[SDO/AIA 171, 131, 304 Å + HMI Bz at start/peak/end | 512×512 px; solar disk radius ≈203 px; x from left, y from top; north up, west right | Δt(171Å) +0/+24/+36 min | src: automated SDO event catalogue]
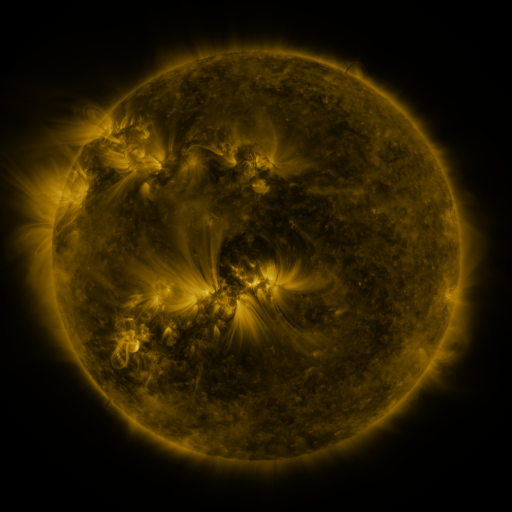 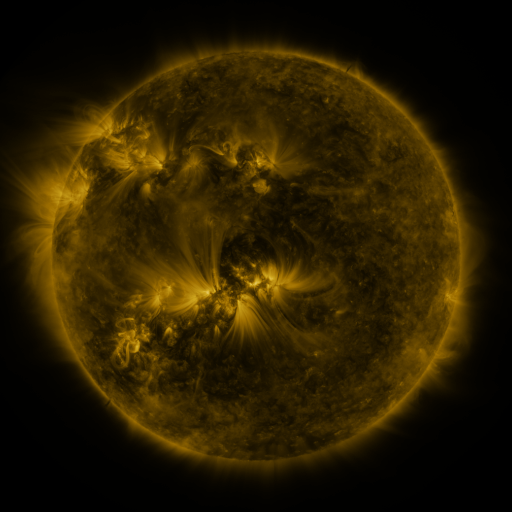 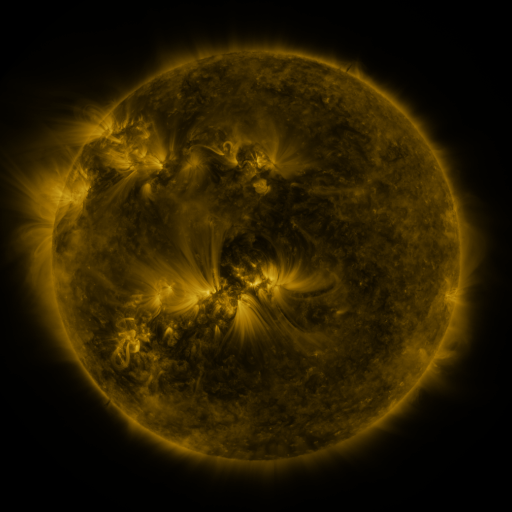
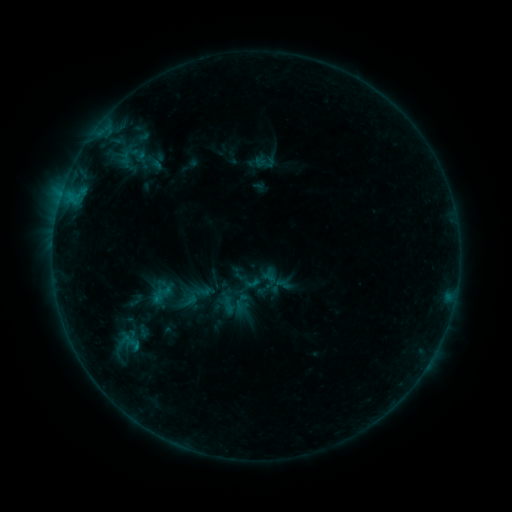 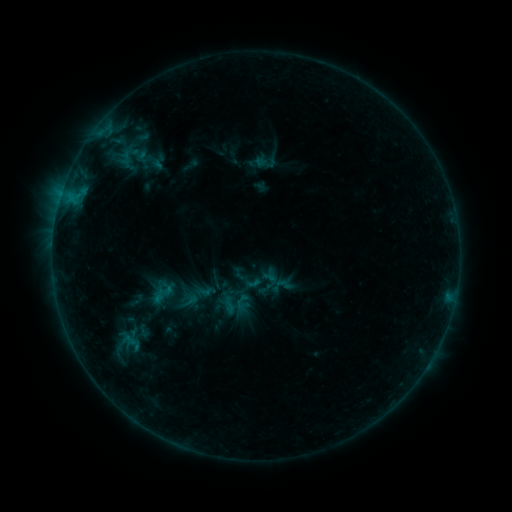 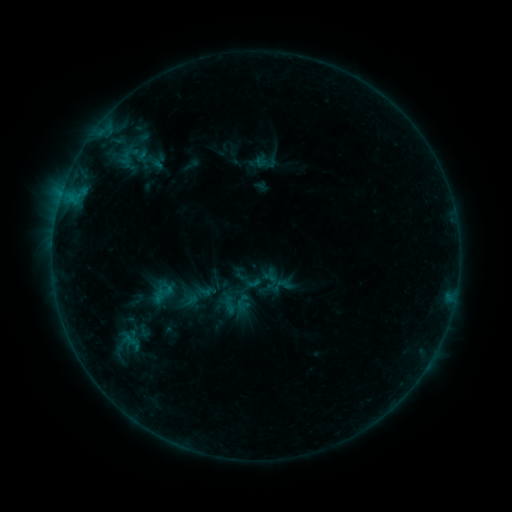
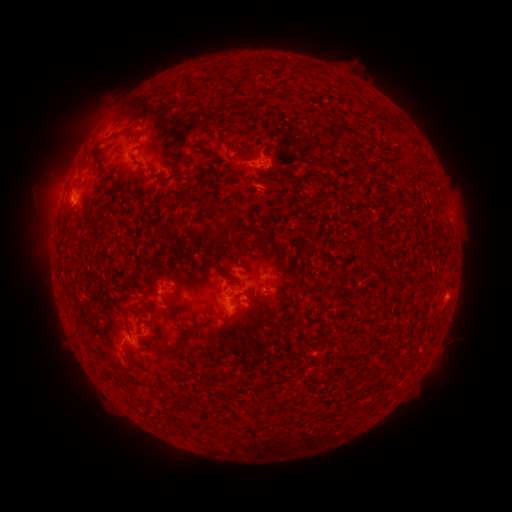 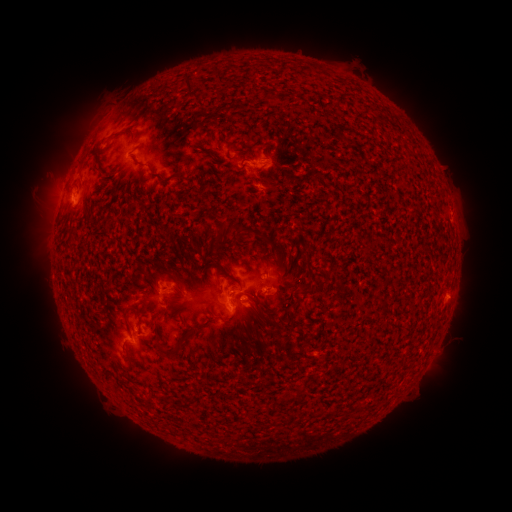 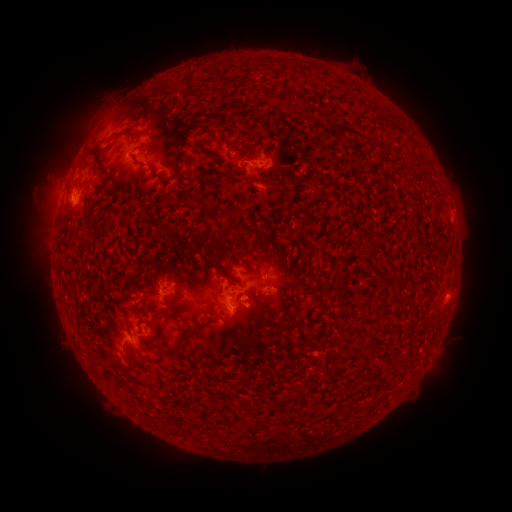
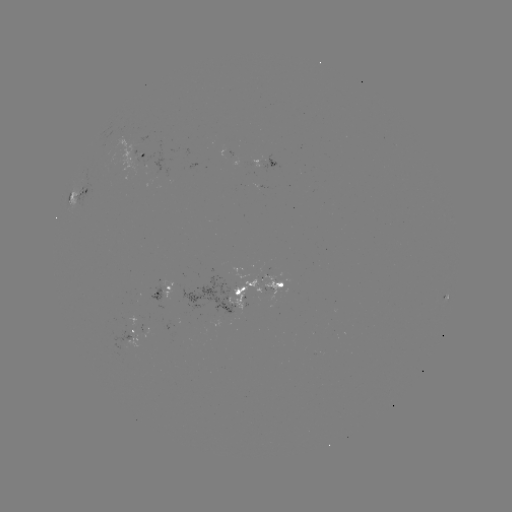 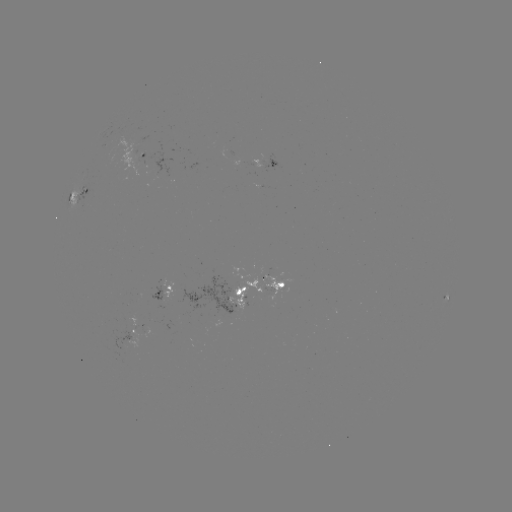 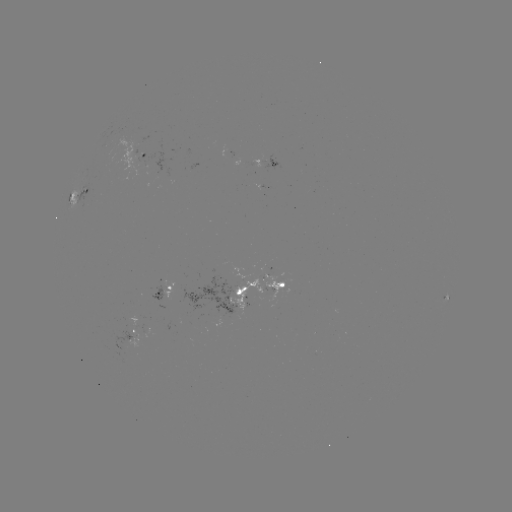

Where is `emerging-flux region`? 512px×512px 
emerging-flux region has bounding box [182, 279, 235, 313].